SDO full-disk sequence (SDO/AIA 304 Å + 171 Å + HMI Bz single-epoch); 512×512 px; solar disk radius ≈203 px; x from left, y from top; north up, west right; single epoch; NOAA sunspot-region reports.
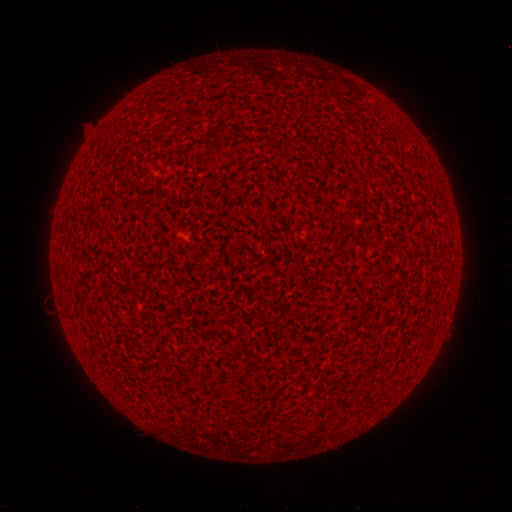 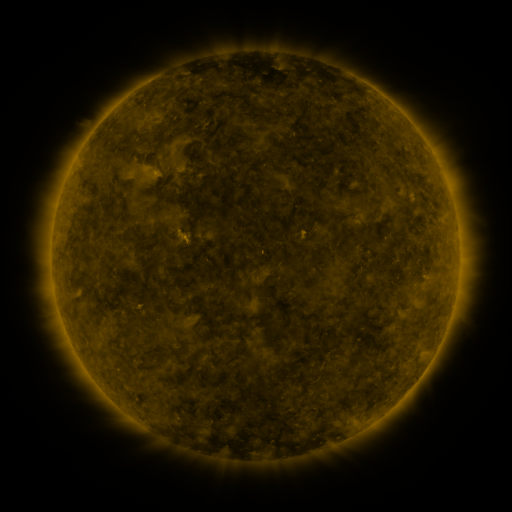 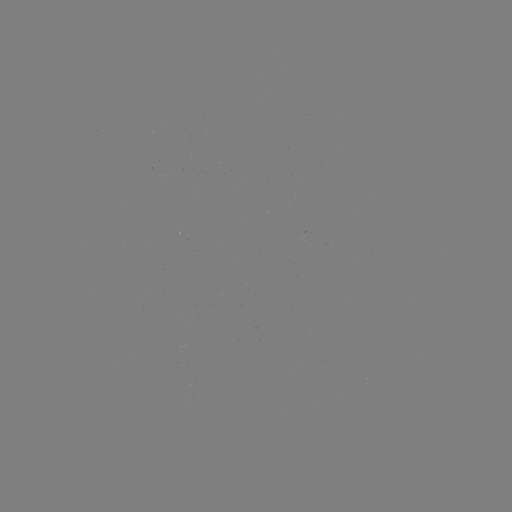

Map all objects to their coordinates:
(none)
